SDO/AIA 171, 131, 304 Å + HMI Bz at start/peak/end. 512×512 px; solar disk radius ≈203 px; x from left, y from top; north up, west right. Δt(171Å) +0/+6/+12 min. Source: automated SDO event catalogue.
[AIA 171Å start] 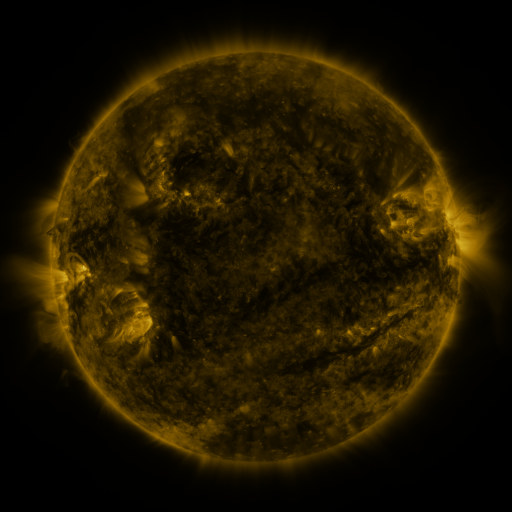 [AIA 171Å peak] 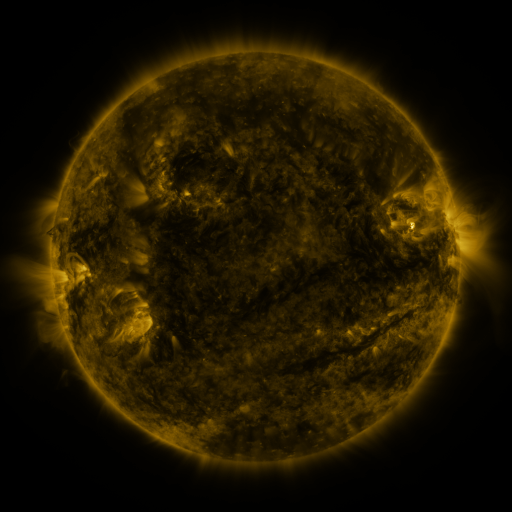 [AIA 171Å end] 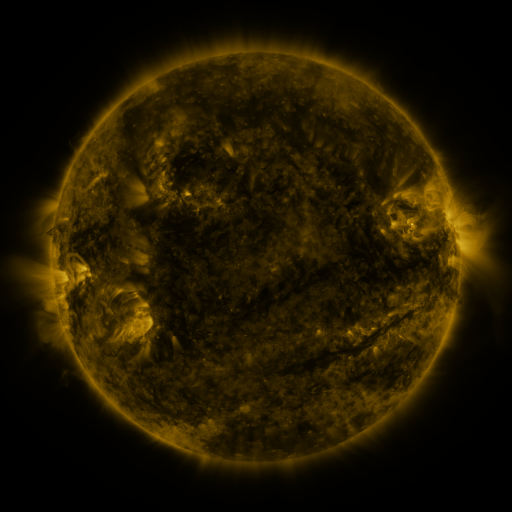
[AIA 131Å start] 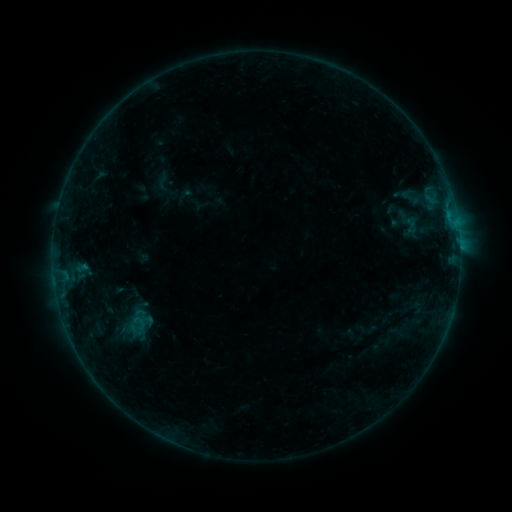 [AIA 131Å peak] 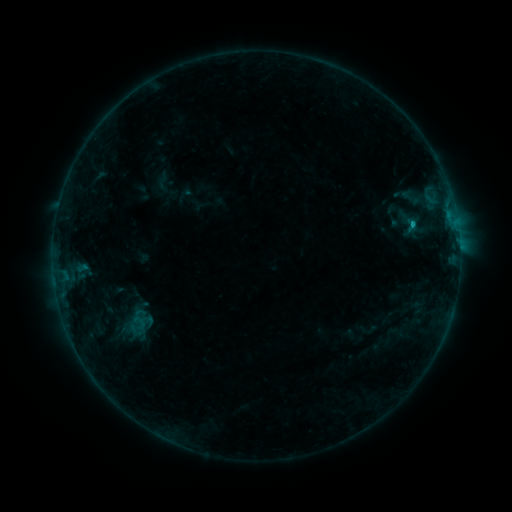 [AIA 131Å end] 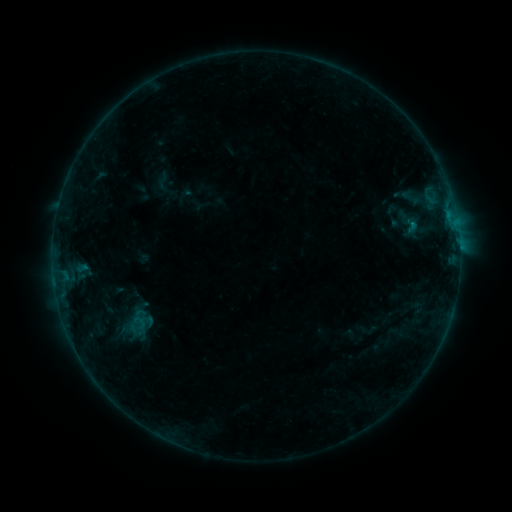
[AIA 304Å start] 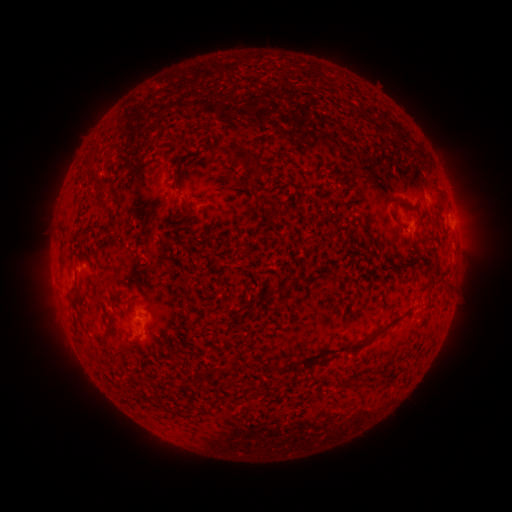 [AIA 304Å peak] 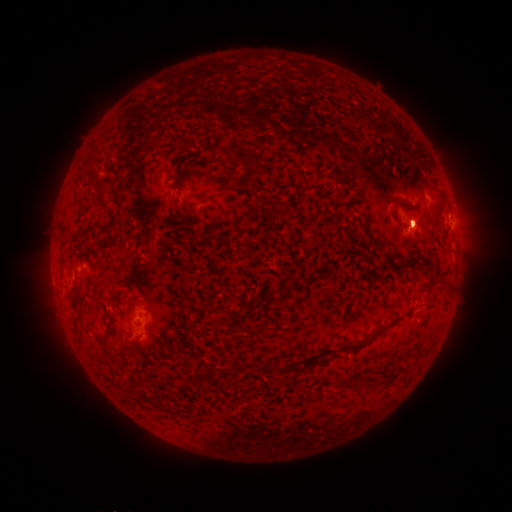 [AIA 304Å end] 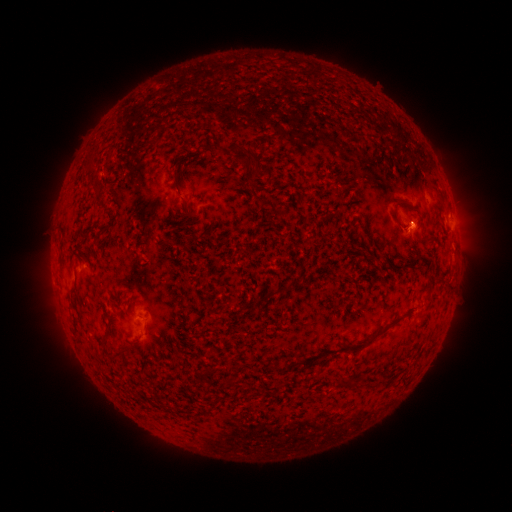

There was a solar flare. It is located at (411, 225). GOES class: B3.0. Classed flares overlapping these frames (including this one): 1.